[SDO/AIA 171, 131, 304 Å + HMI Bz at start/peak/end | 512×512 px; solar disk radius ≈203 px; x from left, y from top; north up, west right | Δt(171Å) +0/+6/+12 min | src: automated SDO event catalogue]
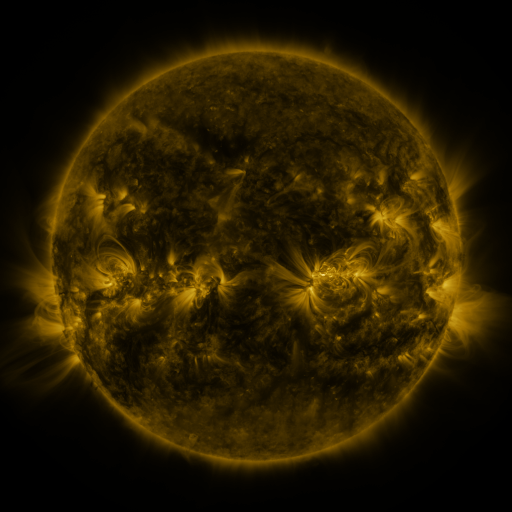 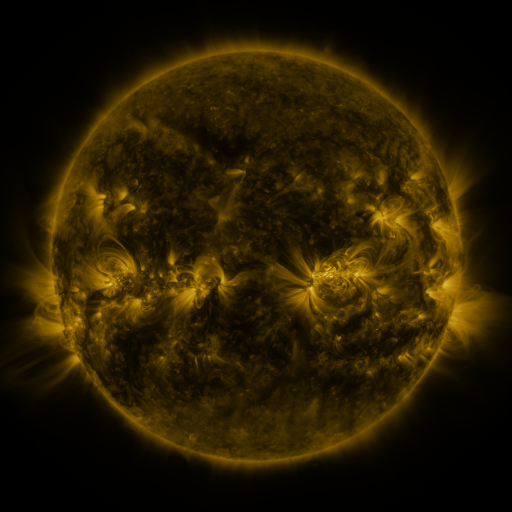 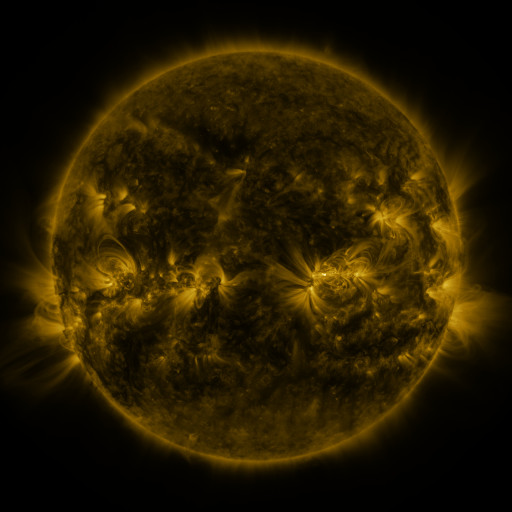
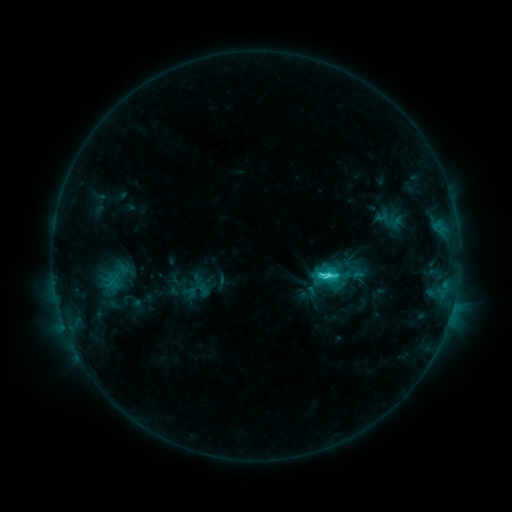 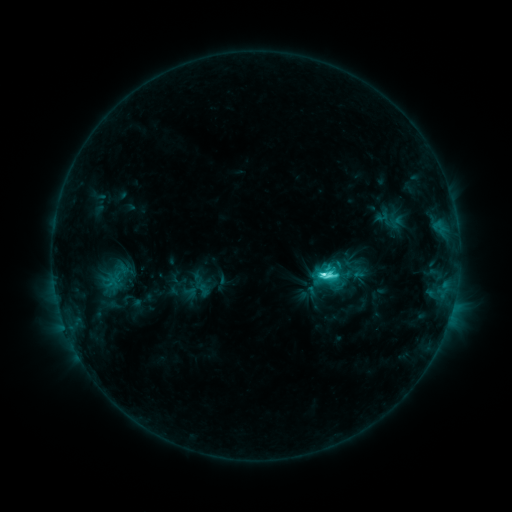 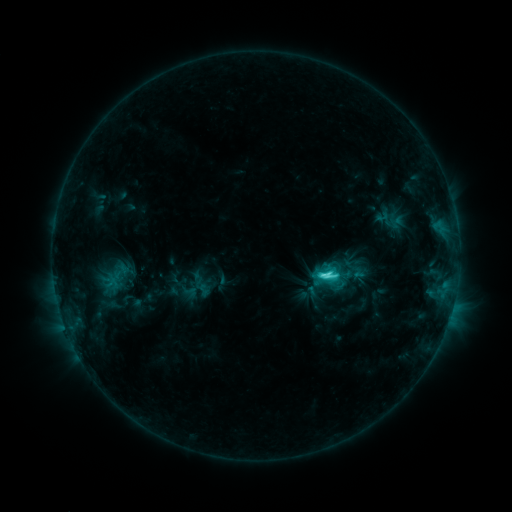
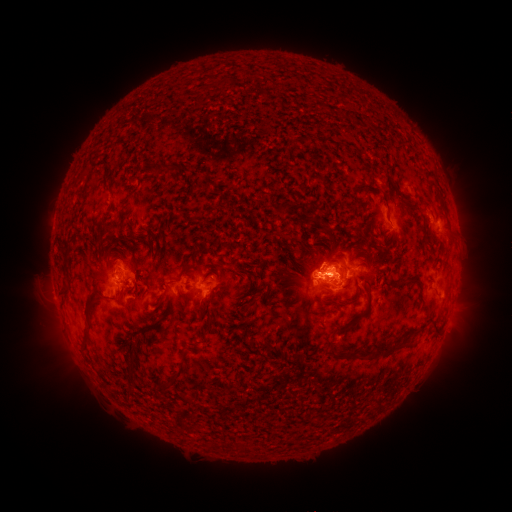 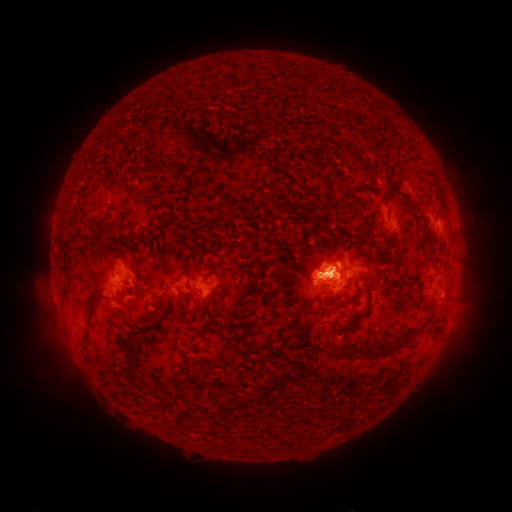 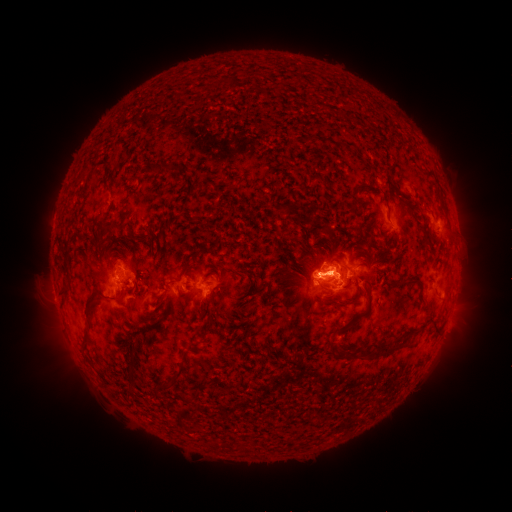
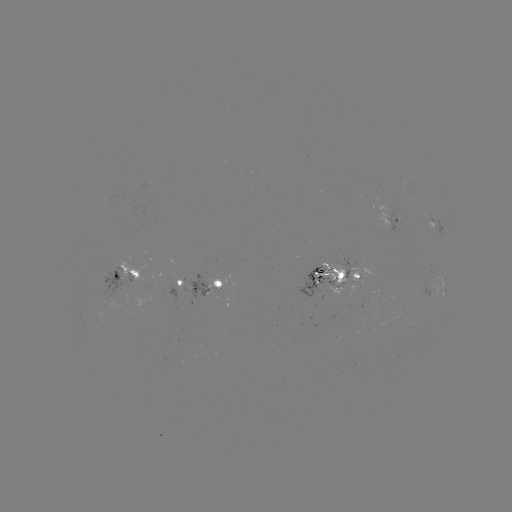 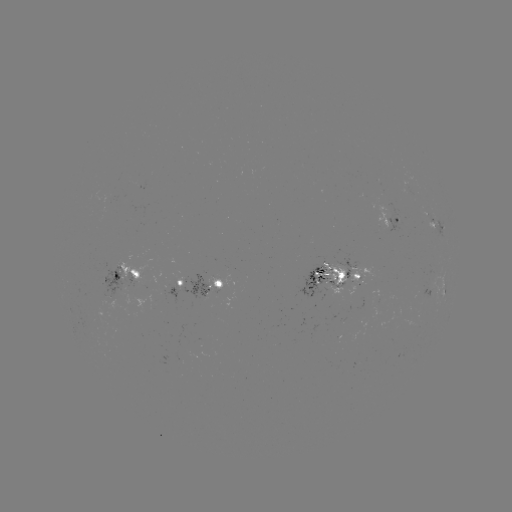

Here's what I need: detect C6.6 flare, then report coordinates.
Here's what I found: C6.6 flare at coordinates [321, 272].